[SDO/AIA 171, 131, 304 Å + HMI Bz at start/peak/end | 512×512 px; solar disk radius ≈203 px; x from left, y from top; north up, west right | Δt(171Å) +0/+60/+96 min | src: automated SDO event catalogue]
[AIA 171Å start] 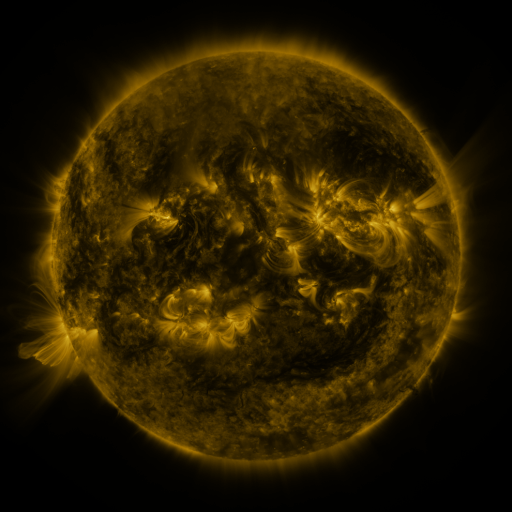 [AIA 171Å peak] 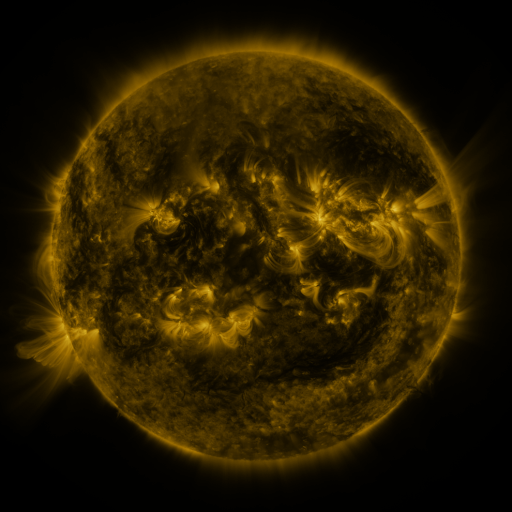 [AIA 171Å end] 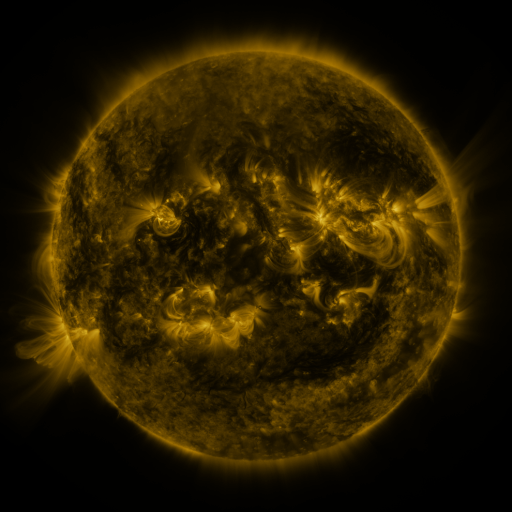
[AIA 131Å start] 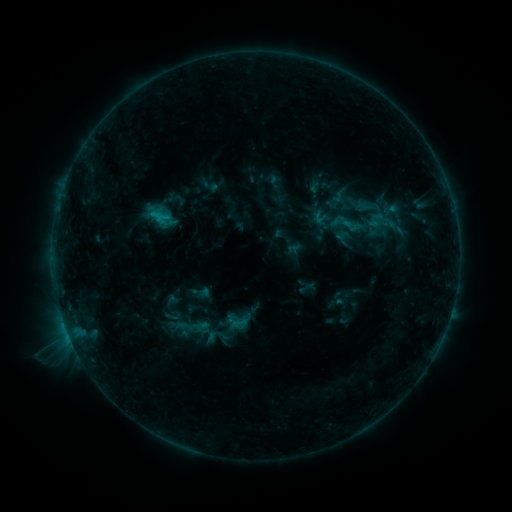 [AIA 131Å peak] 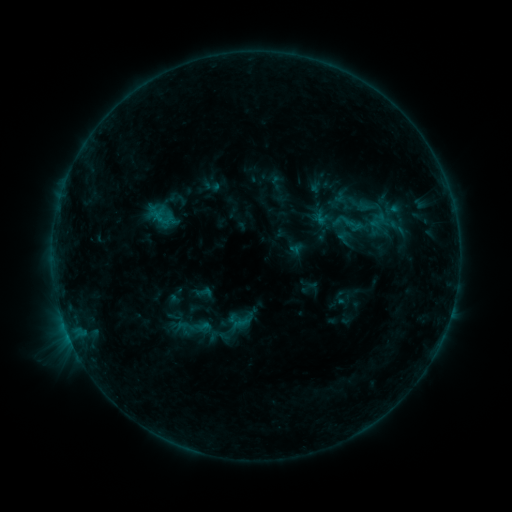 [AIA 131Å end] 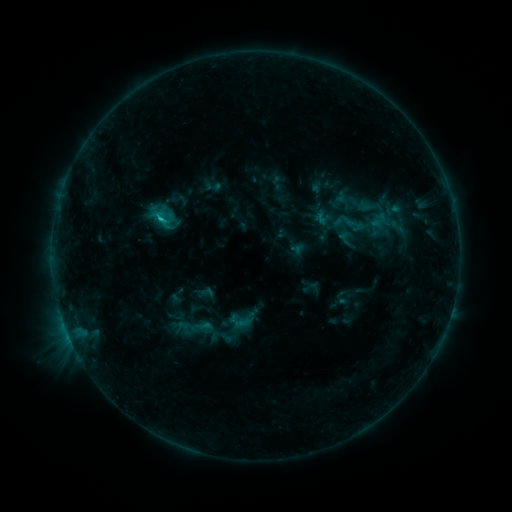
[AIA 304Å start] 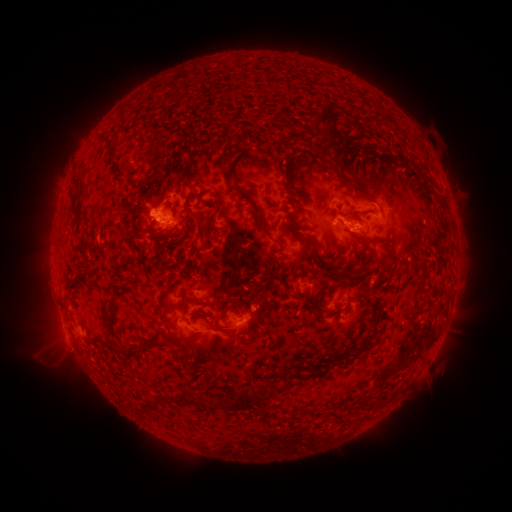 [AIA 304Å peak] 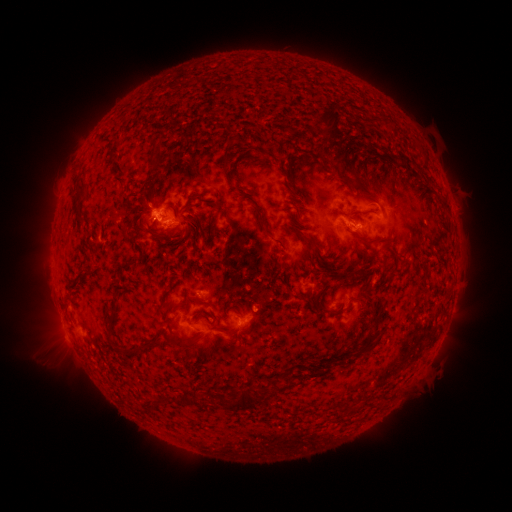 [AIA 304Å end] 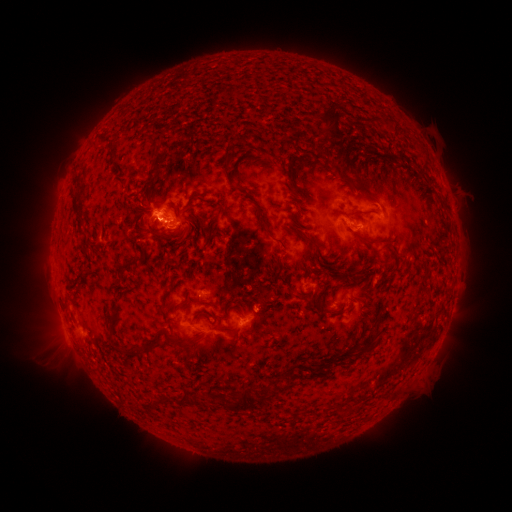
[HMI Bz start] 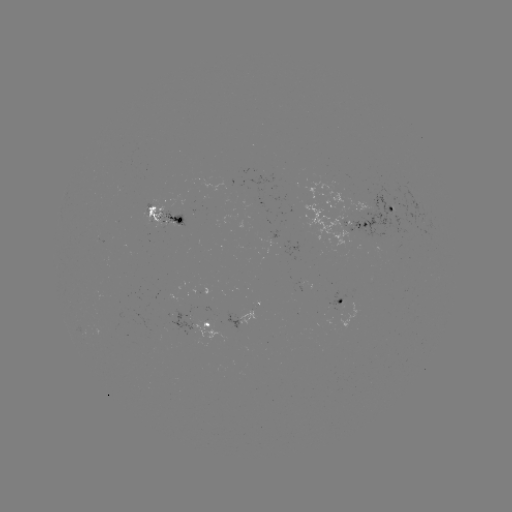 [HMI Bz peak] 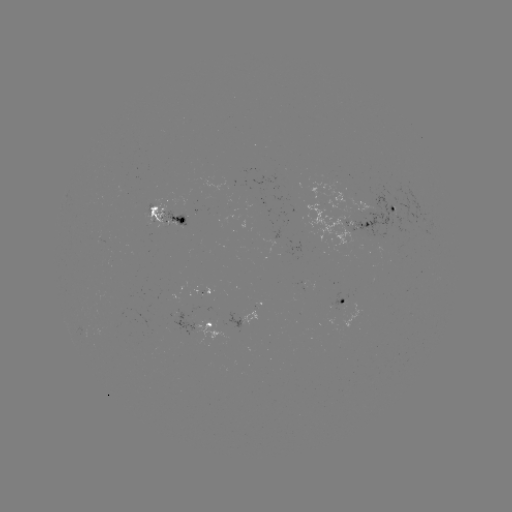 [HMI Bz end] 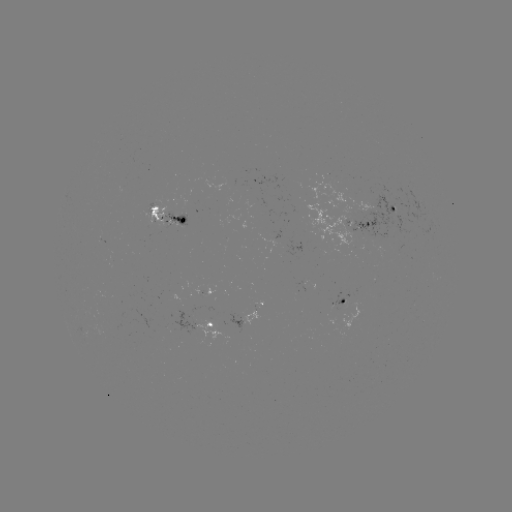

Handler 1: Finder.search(emerging-flux region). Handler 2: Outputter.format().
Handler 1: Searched emerging-flux region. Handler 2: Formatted (217, 324).